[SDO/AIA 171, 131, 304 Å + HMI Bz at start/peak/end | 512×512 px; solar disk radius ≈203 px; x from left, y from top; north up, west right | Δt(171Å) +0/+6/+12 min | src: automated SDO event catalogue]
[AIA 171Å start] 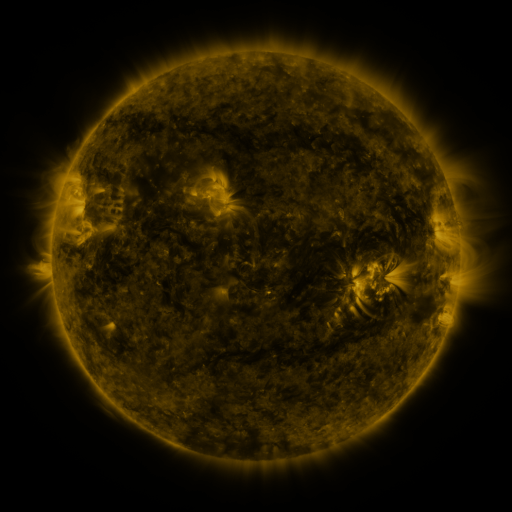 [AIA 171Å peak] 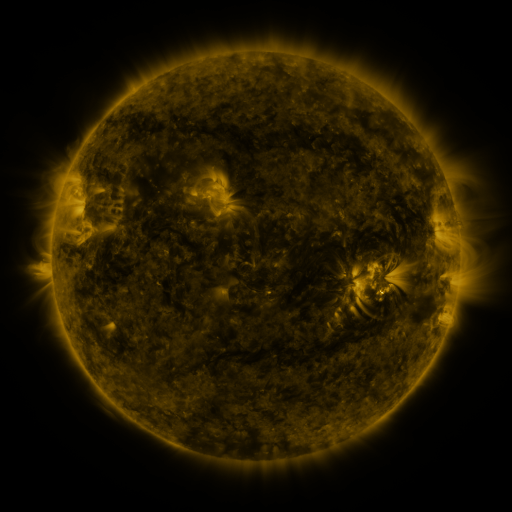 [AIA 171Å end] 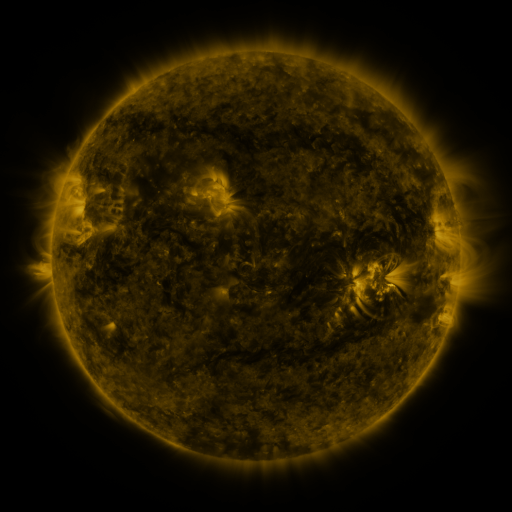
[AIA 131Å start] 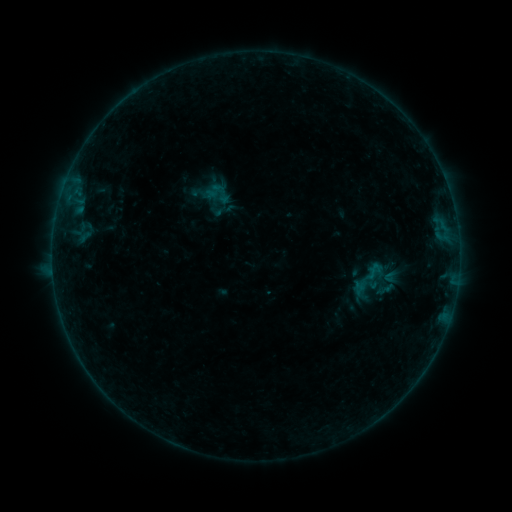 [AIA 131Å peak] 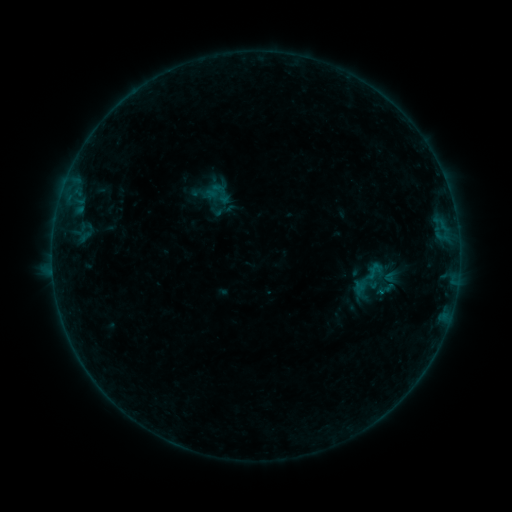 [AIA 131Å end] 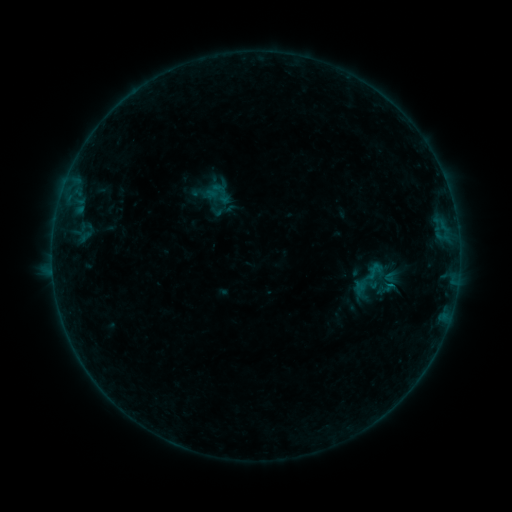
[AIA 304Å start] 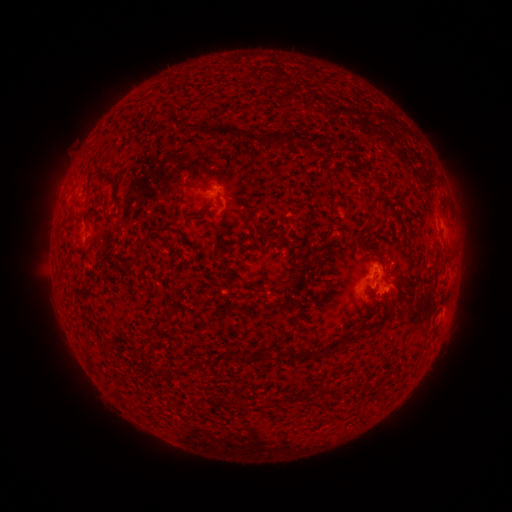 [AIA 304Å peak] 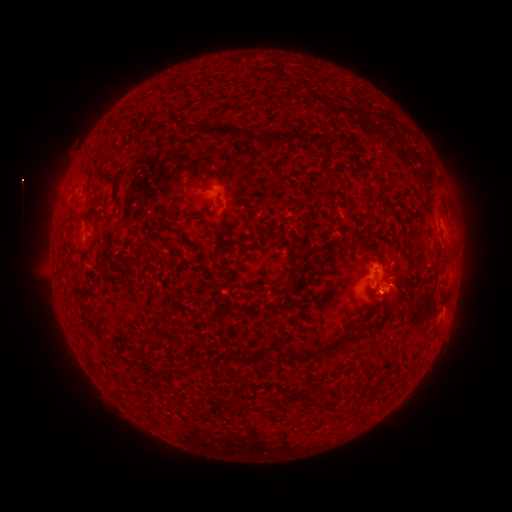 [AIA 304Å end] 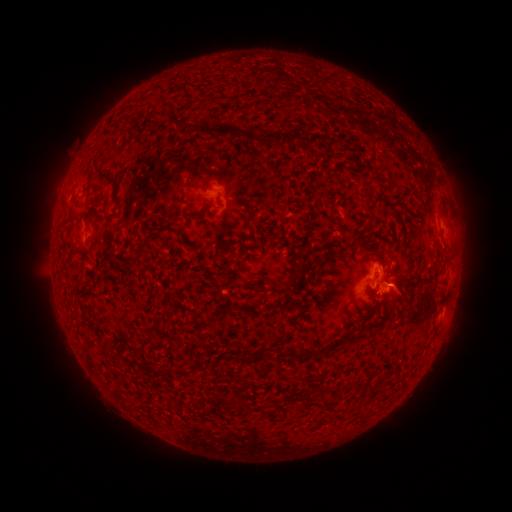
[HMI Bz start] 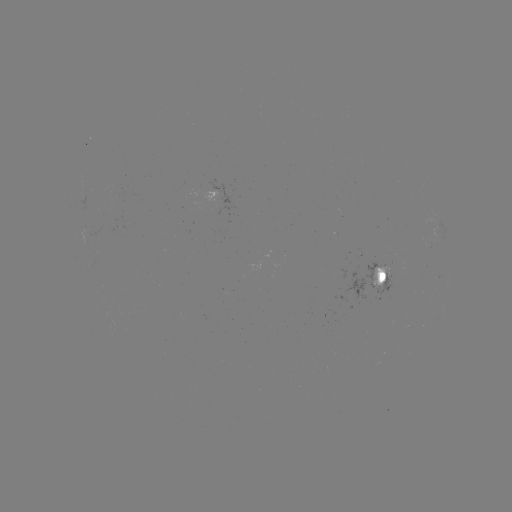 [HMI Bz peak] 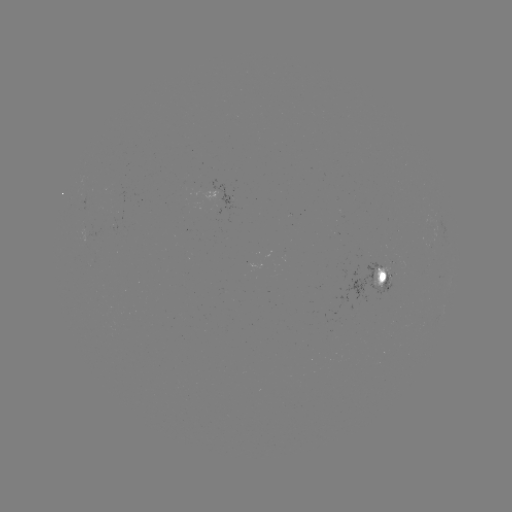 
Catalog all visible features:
B2.0 flare: (388, 283)
